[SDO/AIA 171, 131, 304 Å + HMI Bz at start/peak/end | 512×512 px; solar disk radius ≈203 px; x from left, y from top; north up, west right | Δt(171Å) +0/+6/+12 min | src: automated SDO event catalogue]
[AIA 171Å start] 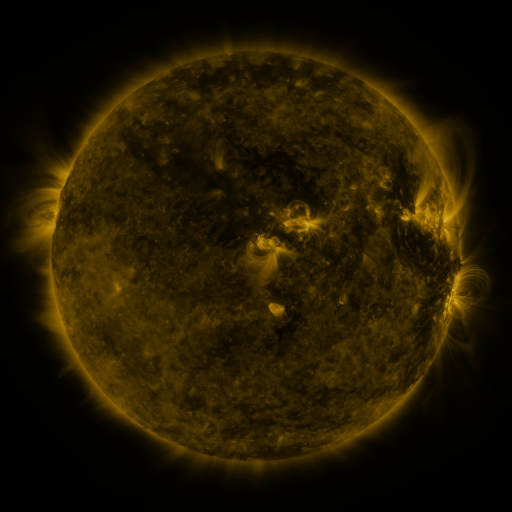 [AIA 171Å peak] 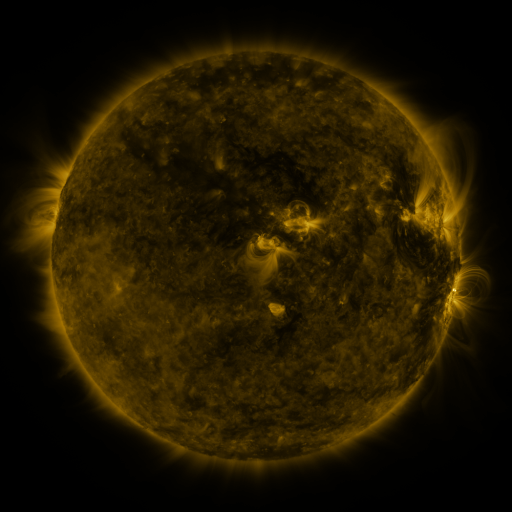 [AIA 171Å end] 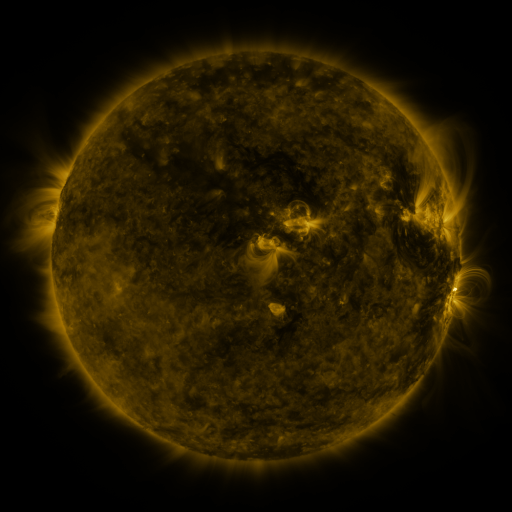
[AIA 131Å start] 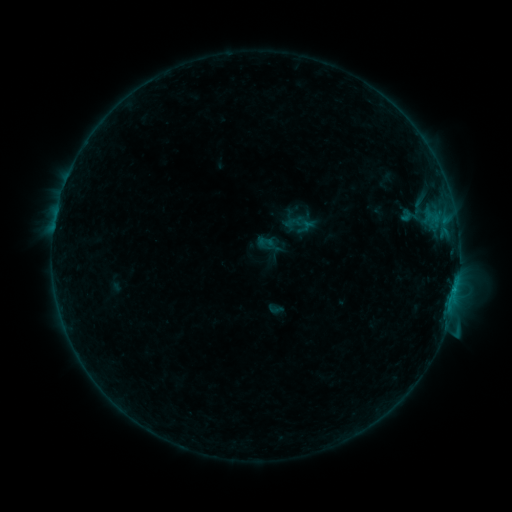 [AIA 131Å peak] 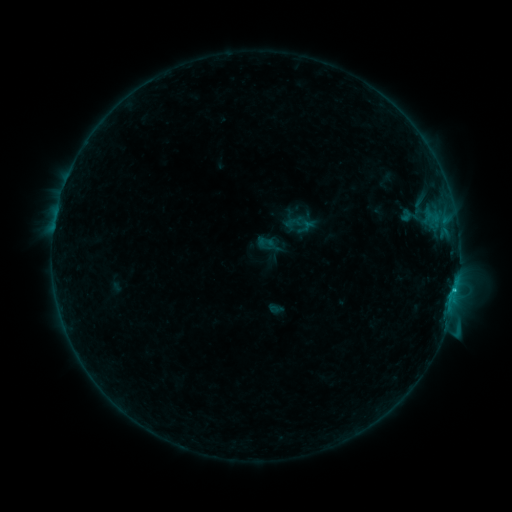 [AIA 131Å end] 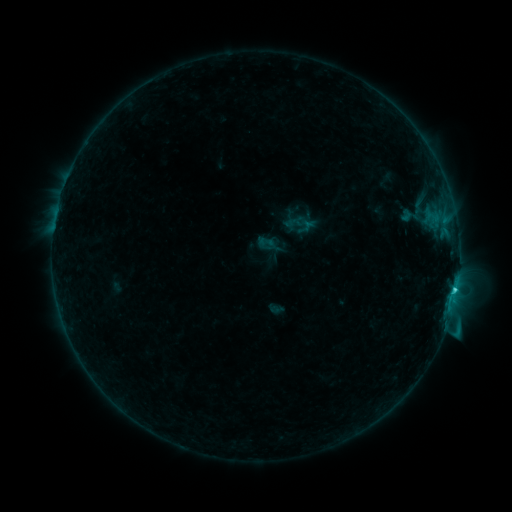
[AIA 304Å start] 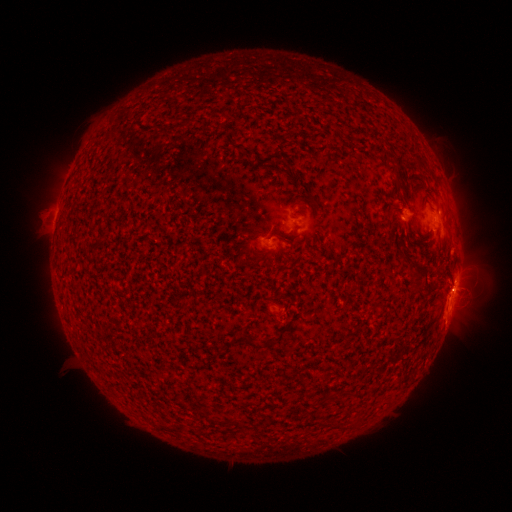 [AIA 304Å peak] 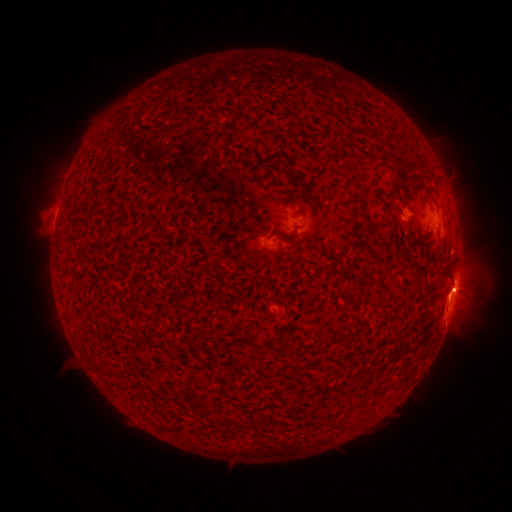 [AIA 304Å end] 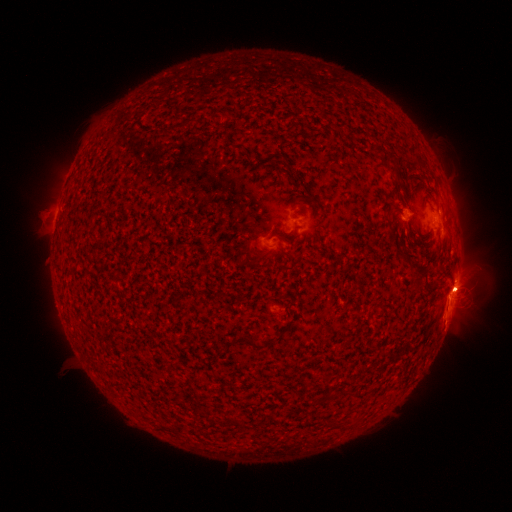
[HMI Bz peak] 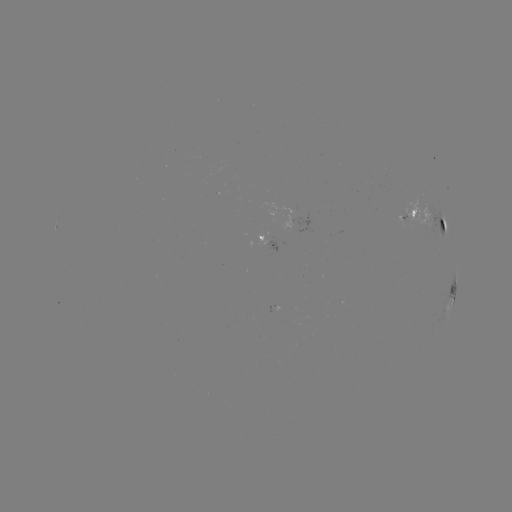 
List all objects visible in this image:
eruption: (459, 286)
